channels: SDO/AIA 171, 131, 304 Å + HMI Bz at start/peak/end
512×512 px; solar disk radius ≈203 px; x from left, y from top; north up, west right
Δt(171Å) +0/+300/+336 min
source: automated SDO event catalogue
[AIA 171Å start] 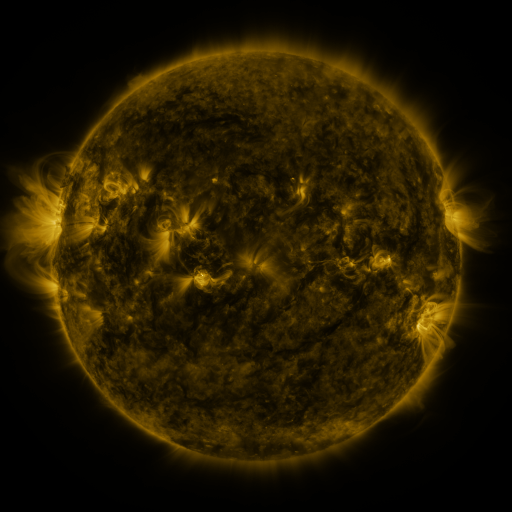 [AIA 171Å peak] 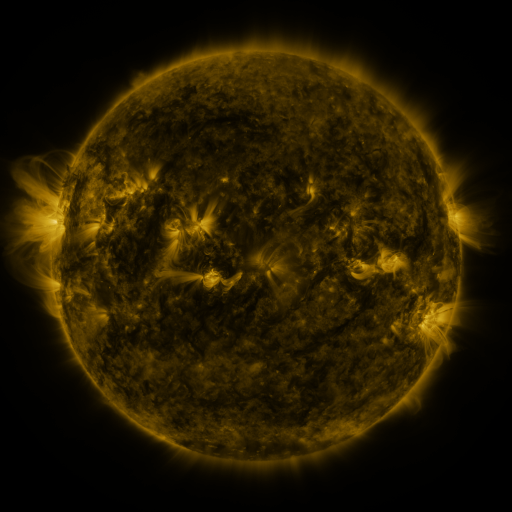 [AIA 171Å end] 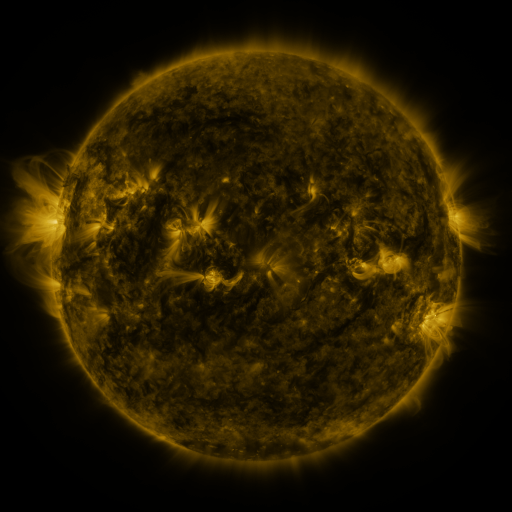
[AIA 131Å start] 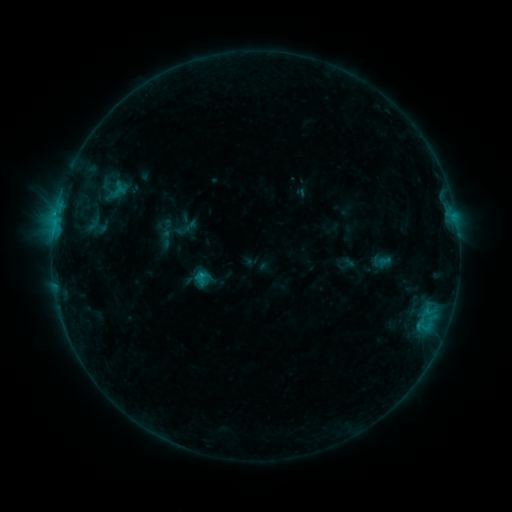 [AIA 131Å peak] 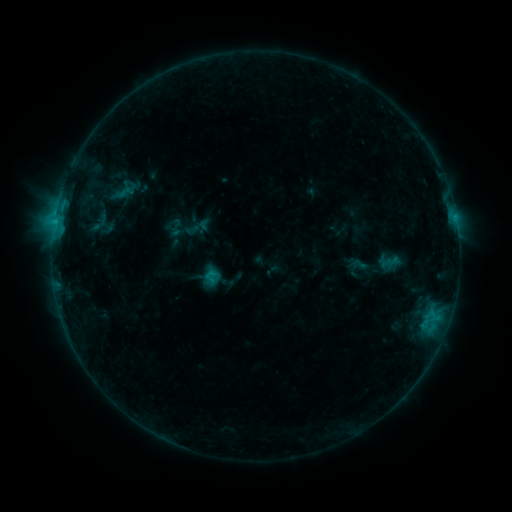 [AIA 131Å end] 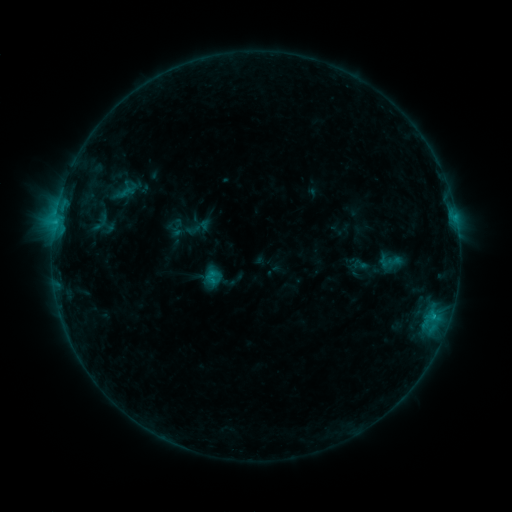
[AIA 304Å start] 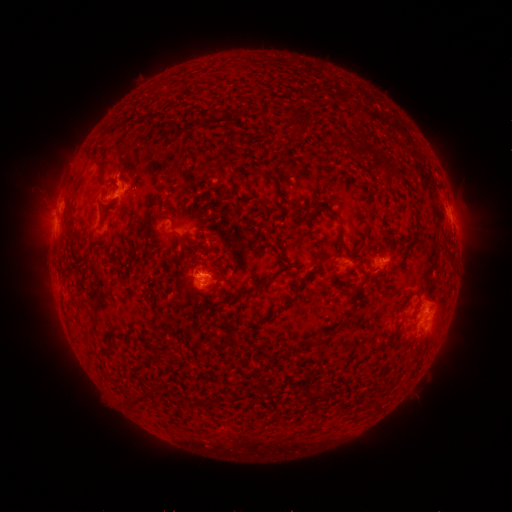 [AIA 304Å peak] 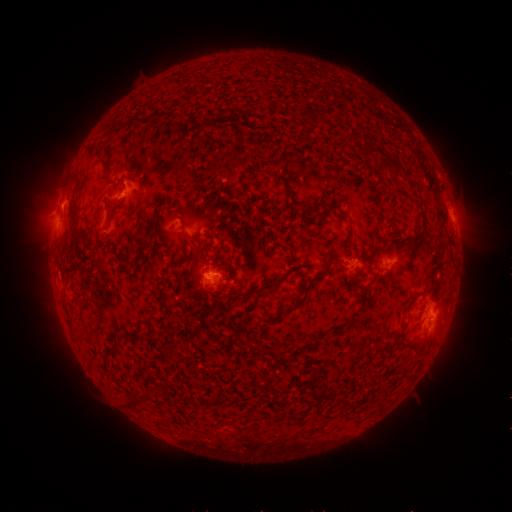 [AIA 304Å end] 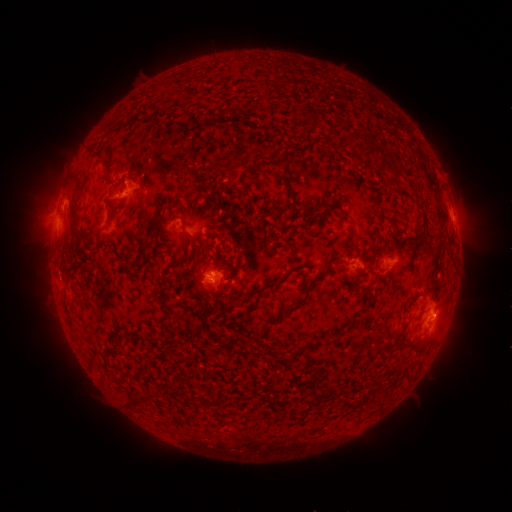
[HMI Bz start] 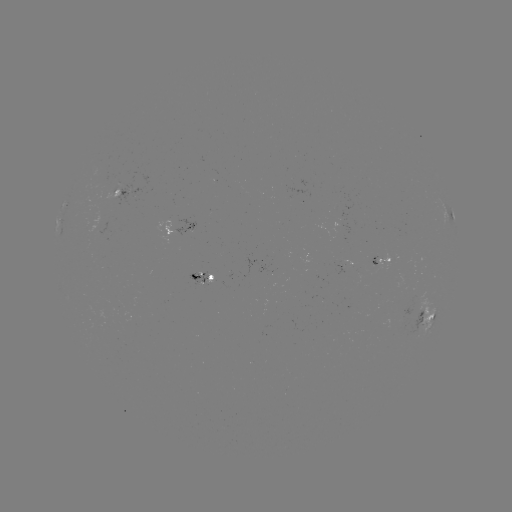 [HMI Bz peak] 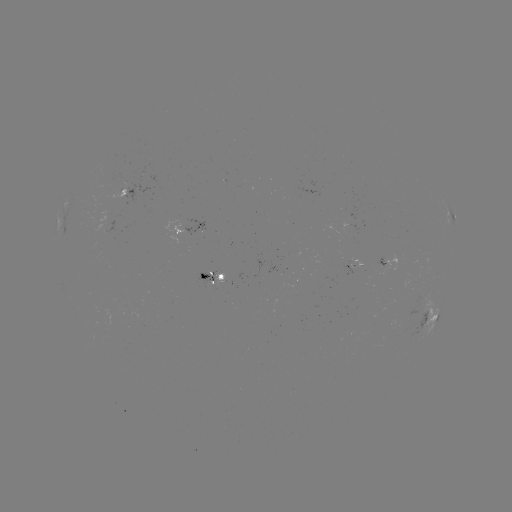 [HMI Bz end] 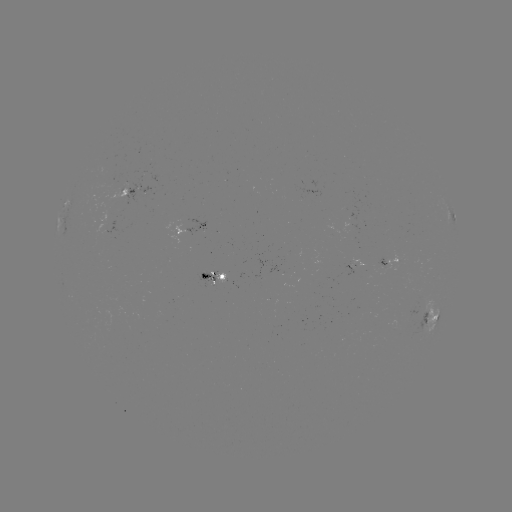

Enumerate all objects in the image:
emerging-flux region: (209, 280)
